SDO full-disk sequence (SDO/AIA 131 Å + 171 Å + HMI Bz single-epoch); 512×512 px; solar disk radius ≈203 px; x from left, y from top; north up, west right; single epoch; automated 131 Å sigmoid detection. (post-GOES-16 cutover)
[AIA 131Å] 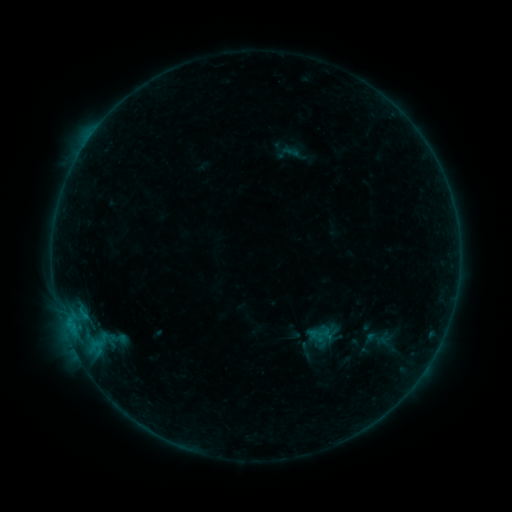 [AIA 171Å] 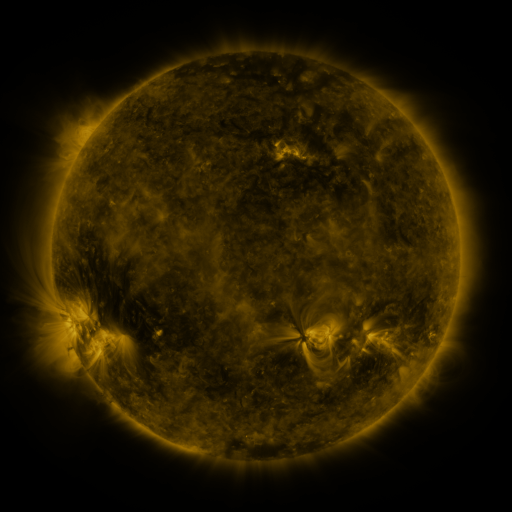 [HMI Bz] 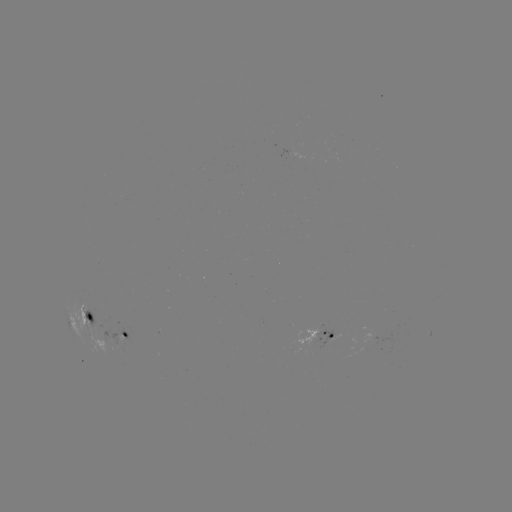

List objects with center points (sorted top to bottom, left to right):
sigmoid: (117, 338)
